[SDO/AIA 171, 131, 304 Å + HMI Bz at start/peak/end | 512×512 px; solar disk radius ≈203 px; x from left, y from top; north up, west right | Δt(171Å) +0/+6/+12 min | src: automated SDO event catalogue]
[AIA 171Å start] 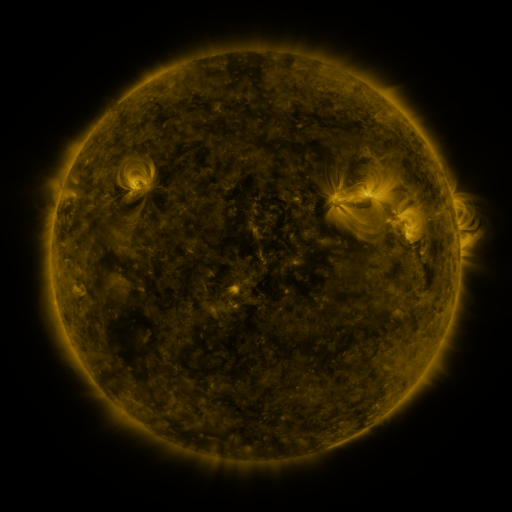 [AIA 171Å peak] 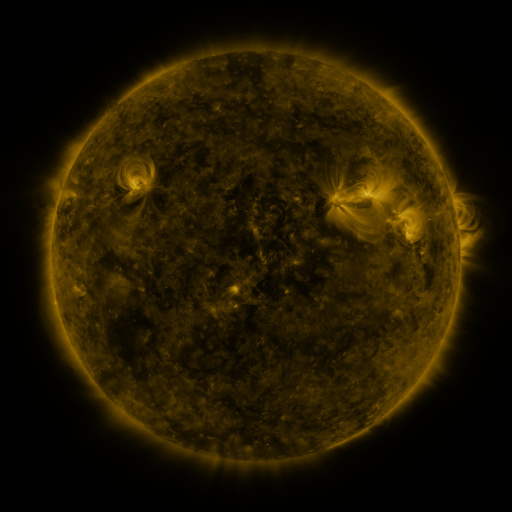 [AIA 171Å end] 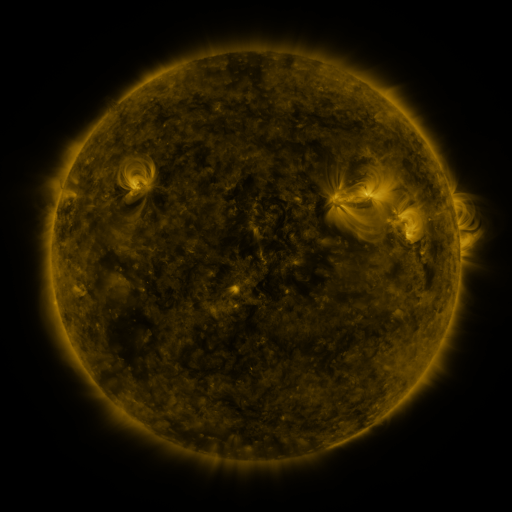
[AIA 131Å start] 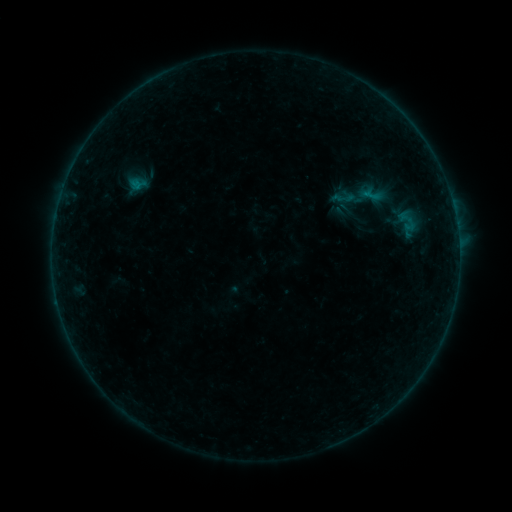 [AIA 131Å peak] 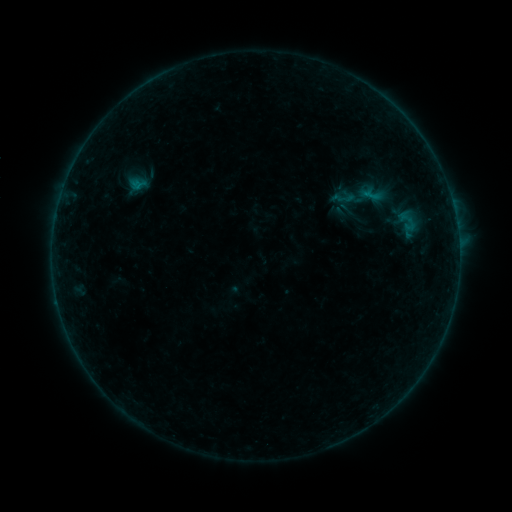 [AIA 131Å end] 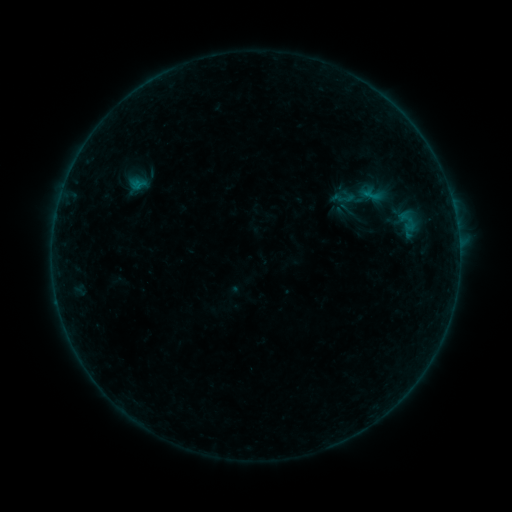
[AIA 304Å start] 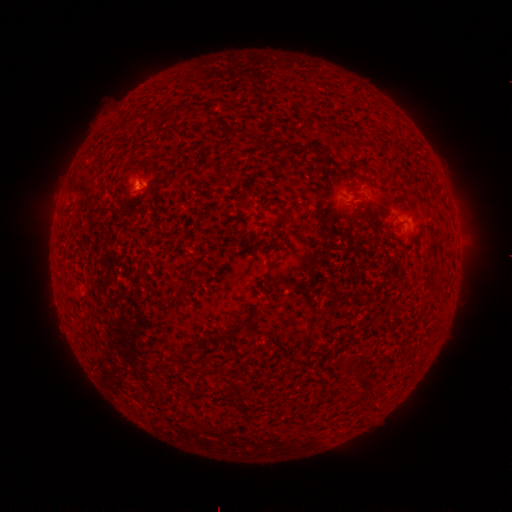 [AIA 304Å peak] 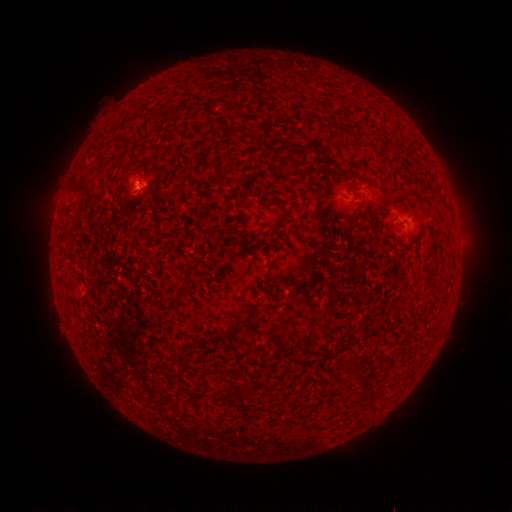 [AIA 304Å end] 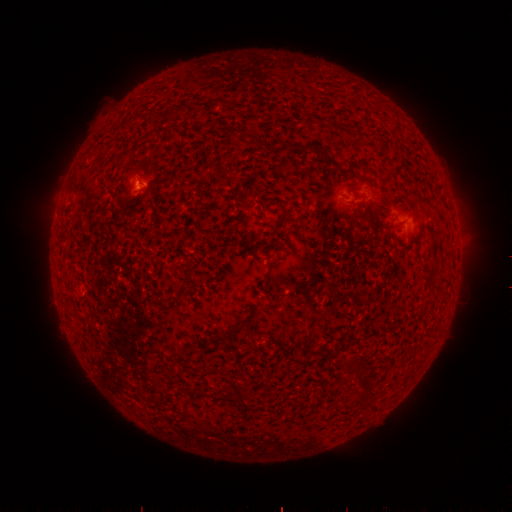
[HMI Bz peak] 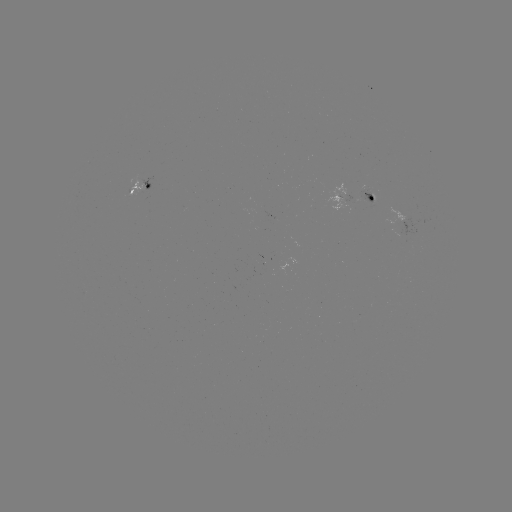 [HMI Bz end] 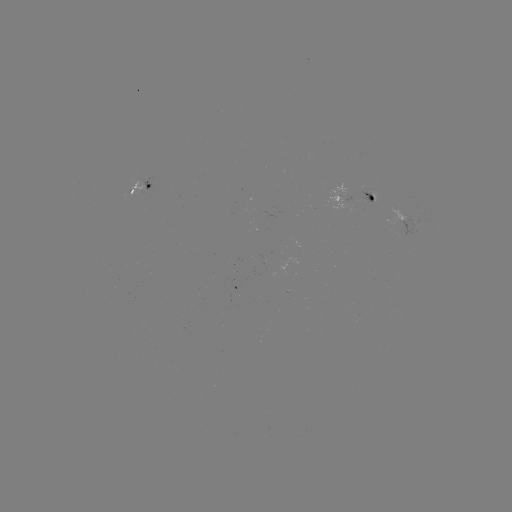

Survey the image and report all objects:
B2.2 flare: (140, 184)
